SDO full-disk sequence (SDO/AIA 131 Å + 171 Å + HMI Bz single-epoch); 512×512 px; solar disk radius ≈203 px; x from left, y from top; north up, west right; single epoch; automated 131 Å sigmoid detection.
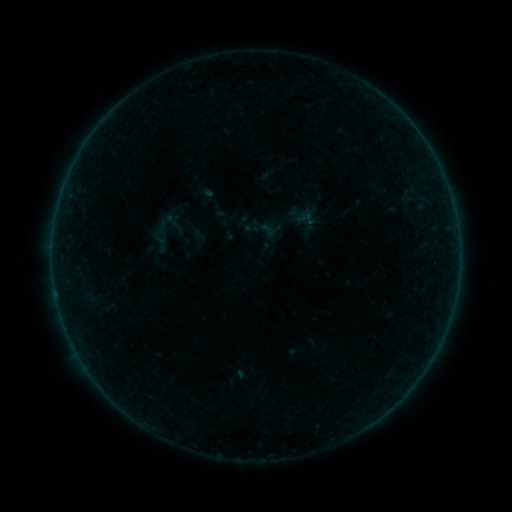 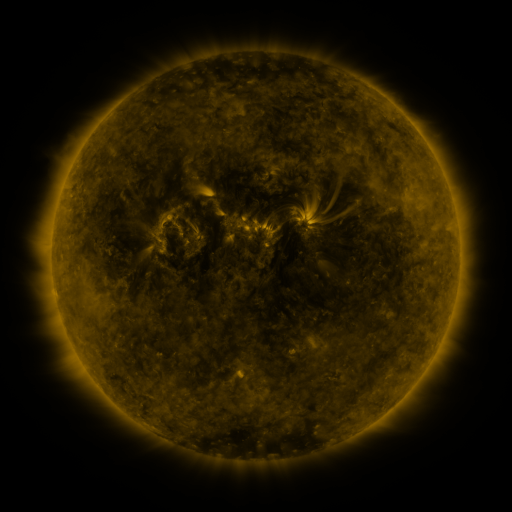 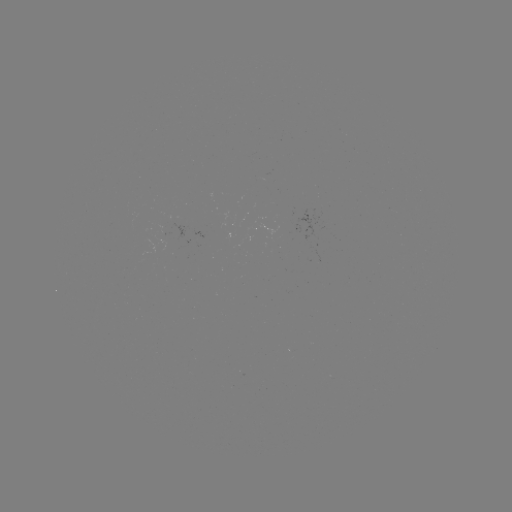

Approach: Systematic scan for sigmoid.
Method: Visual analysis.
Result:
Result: sigmoid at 298,215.